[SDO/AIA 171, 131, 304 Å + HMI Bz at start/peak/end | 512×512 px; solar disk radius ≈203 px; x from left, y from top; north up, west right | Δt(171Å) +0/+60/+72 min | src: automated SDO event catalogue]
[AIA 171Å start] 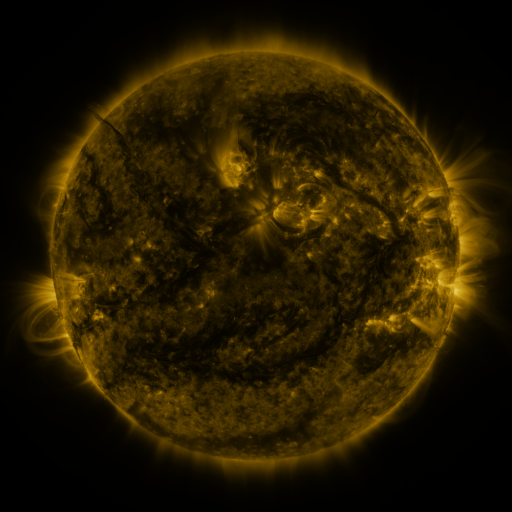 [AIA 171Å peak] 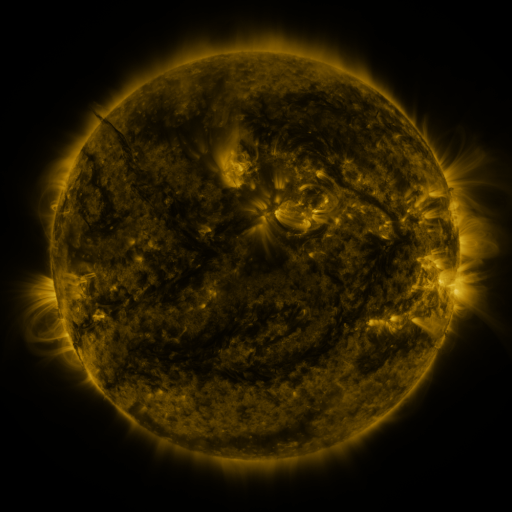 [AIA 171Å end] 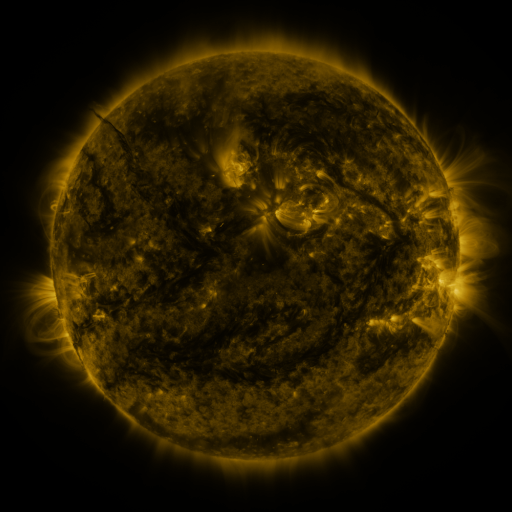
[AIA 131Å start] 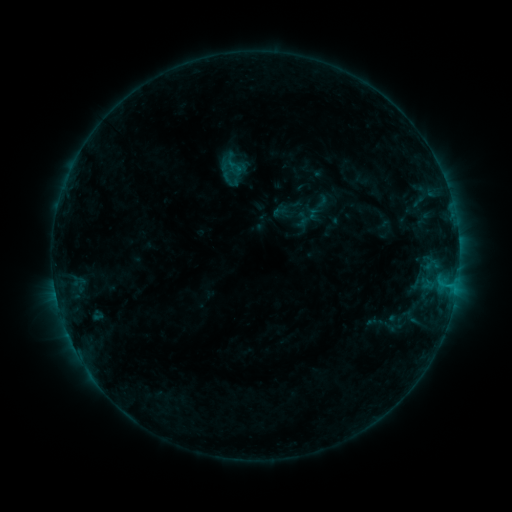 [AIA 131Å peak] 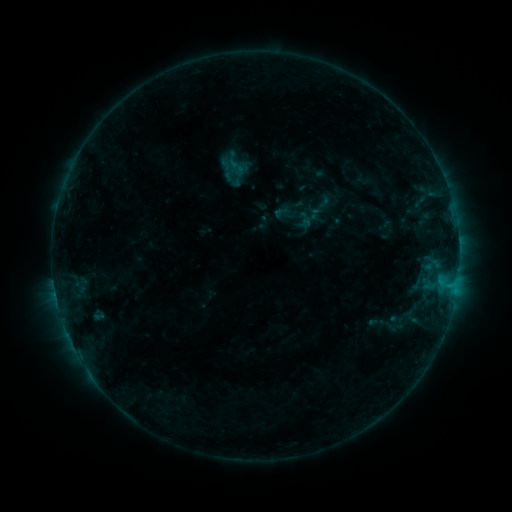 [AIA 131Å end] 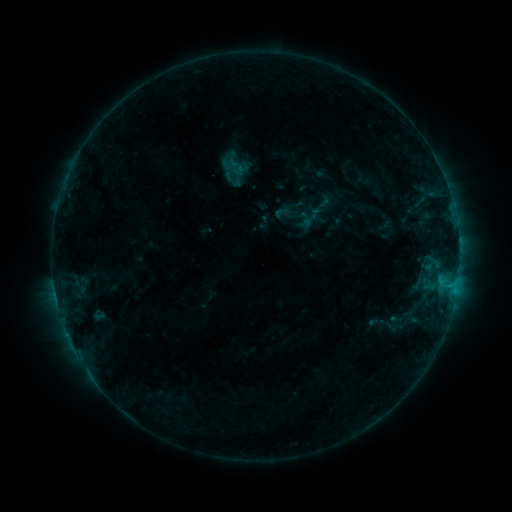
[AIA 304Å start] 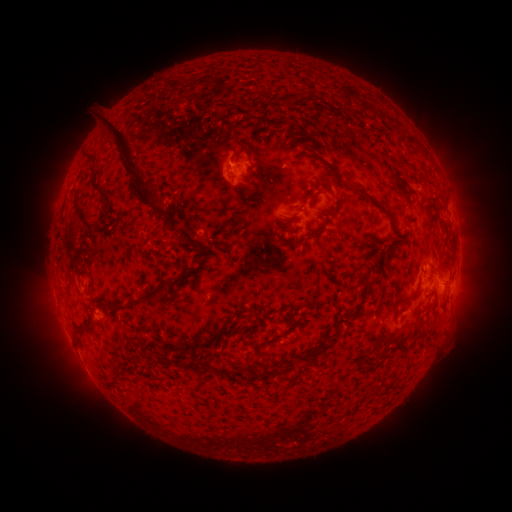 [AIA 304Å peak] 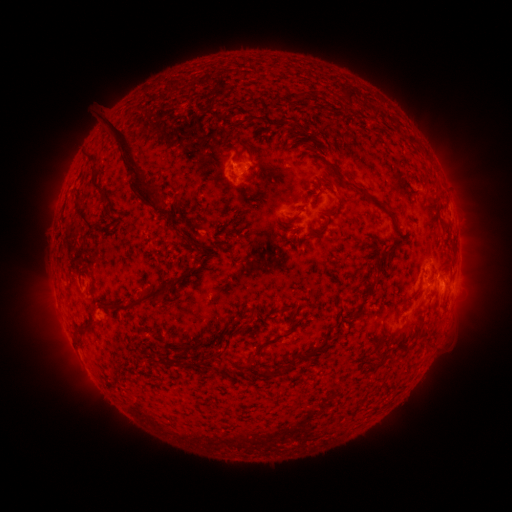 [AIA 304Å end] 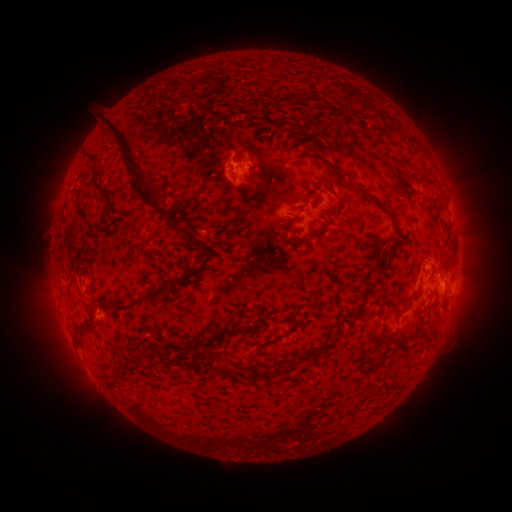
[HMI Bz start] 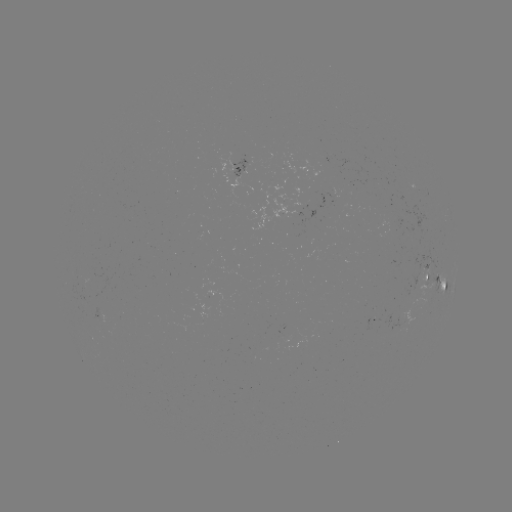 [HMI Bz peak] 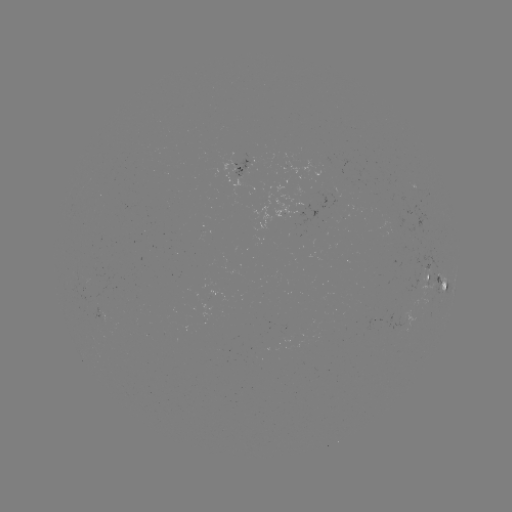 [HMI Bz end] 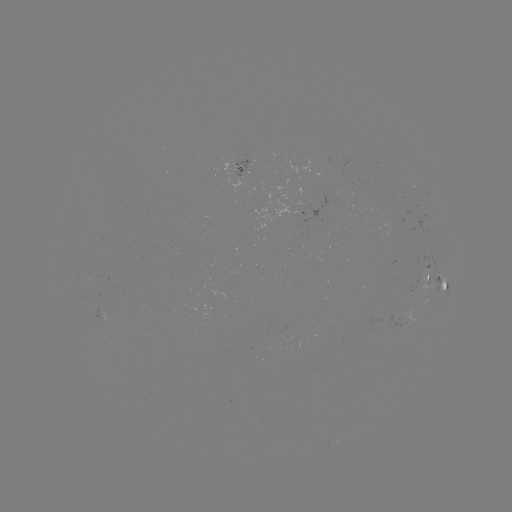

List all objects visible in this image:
emerging-flux region: (325, 160)
